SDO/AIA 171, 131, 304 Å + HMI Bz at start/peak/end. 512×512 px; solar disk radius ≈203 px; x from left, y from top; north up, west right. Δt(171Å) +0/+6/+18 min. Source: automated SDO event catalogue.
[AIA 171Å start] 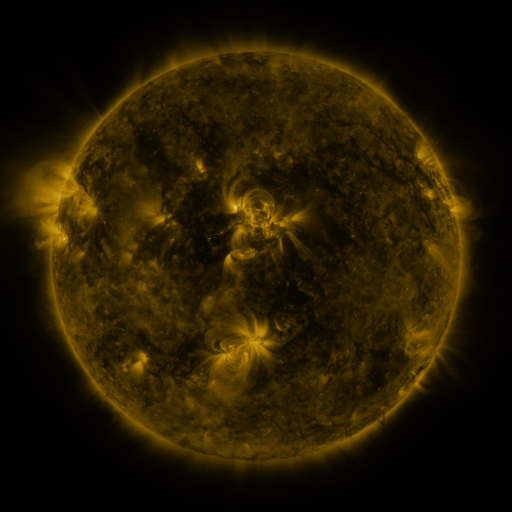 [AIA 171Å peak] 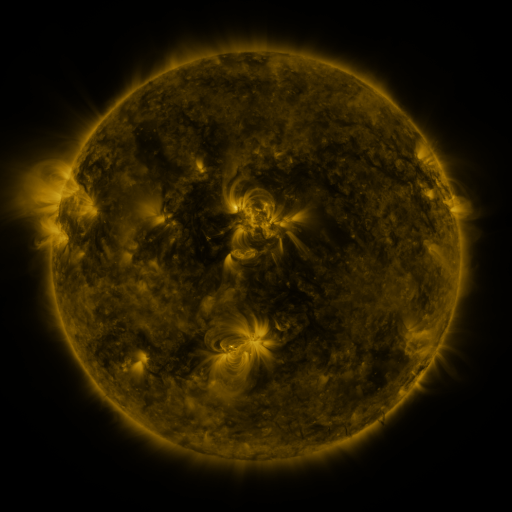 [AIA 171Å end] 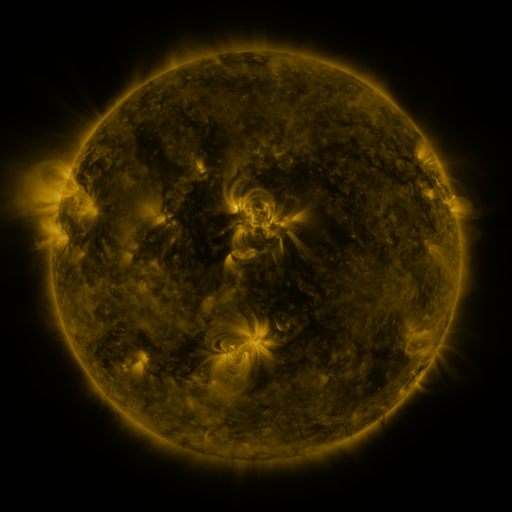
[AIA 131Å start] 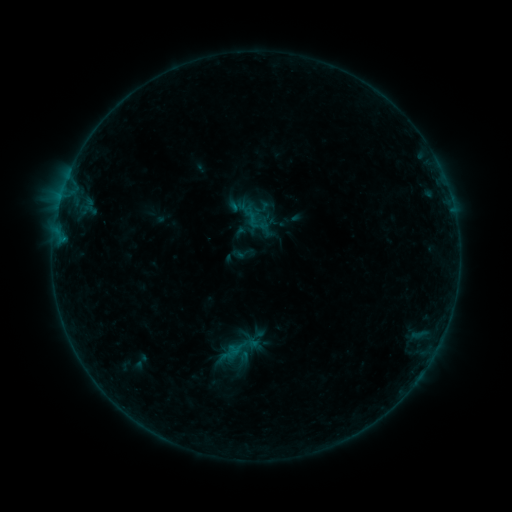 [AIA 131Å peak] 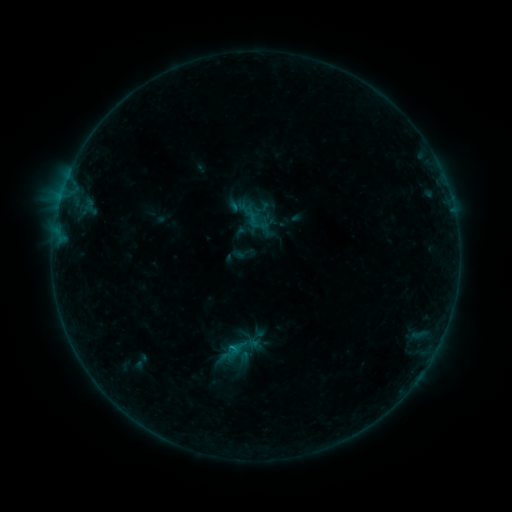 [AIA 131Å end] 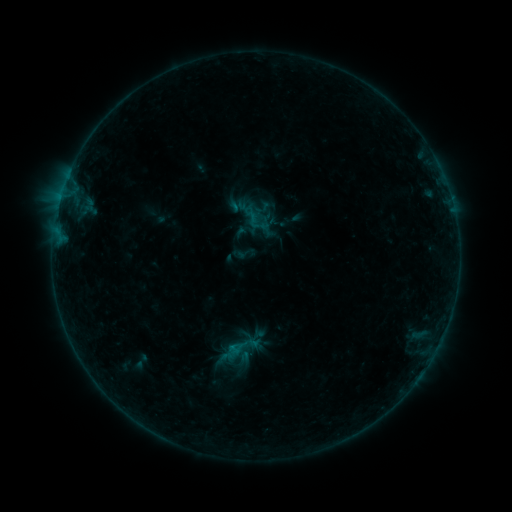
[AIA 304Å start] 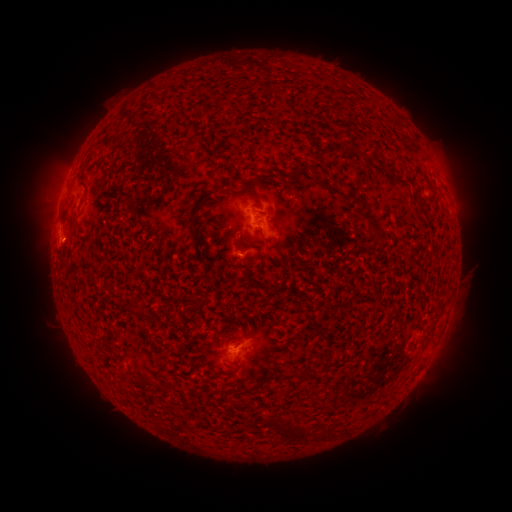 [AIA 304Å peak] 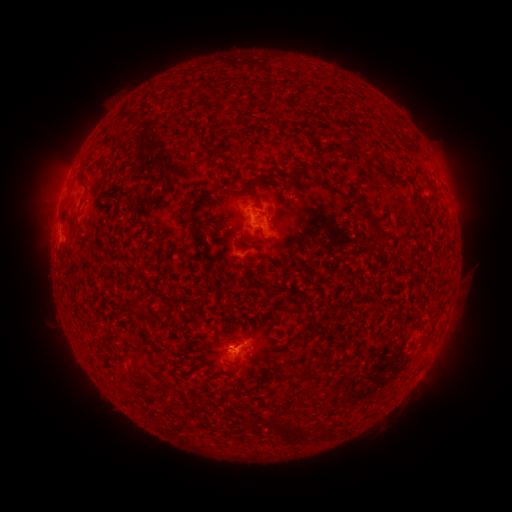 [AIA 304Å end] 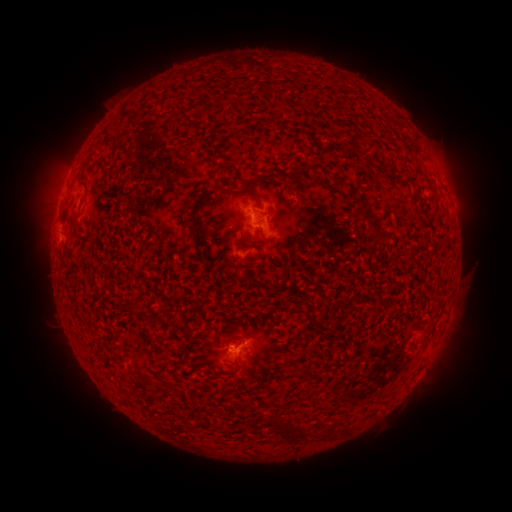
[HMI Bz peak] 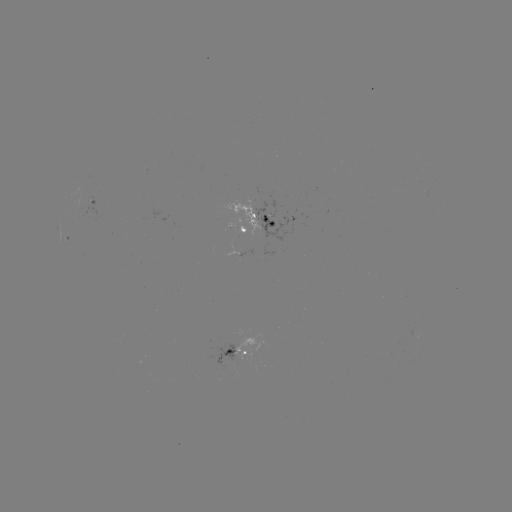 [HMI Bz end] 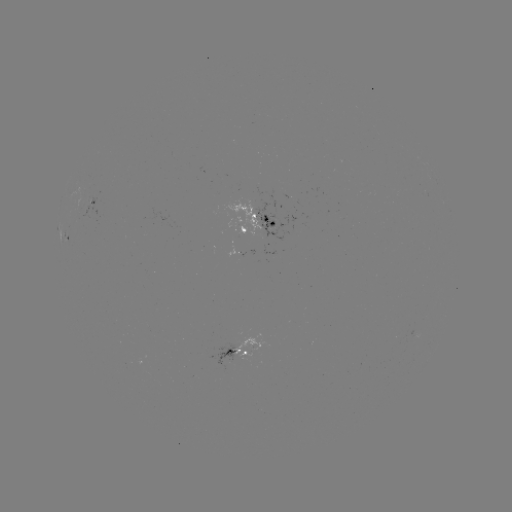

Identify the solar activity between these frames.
B4.7 flare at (235, 345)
